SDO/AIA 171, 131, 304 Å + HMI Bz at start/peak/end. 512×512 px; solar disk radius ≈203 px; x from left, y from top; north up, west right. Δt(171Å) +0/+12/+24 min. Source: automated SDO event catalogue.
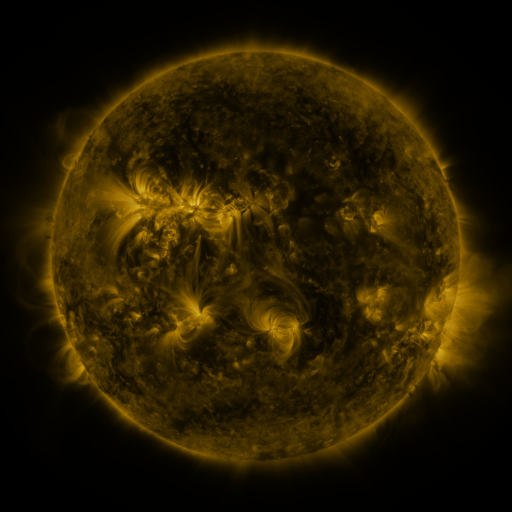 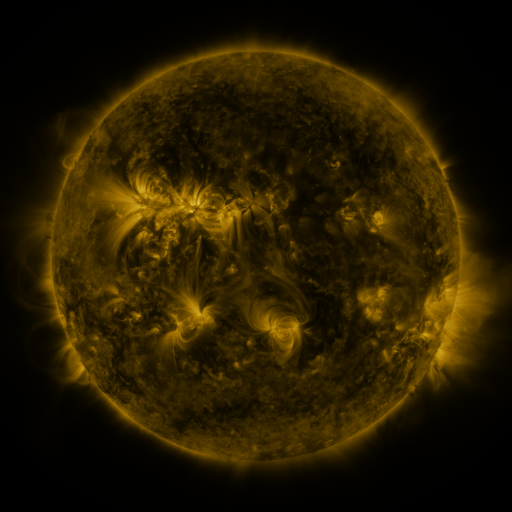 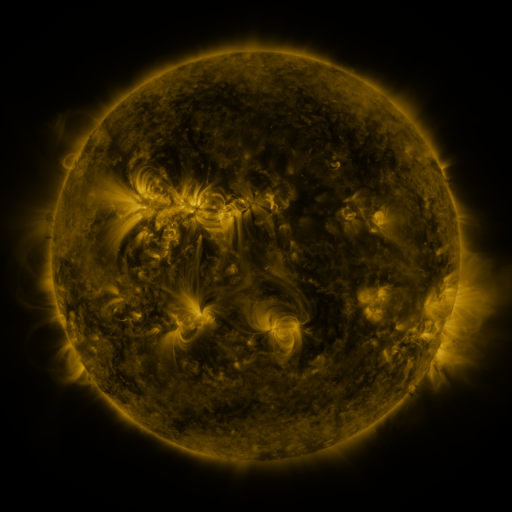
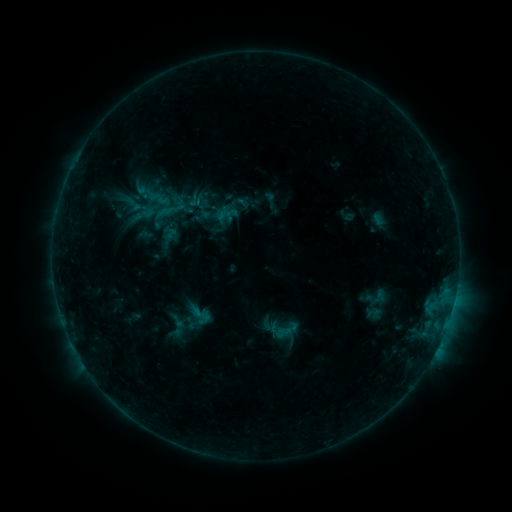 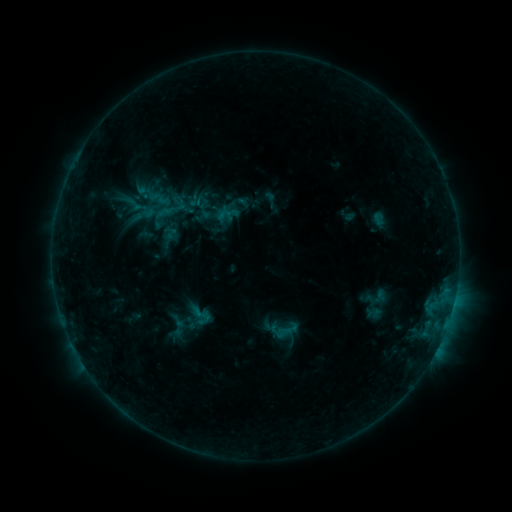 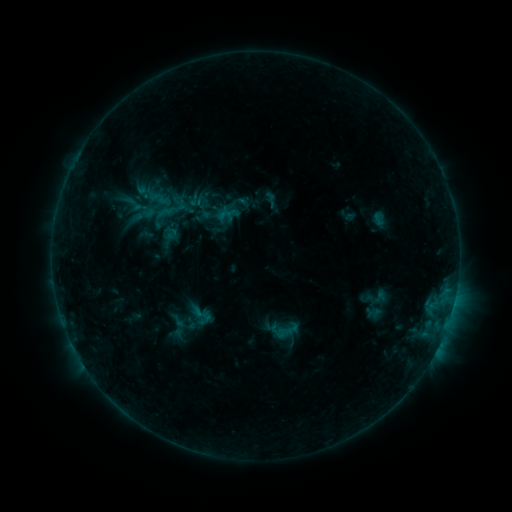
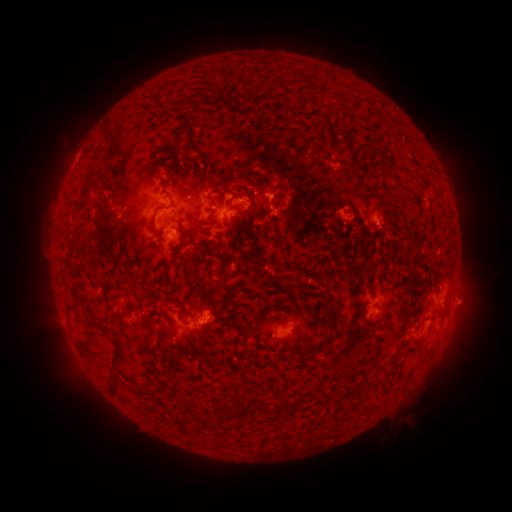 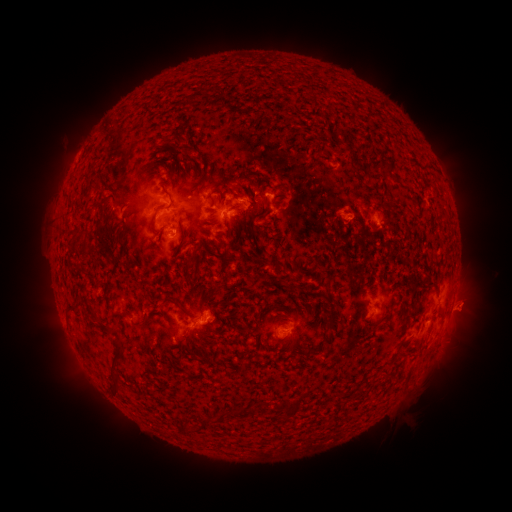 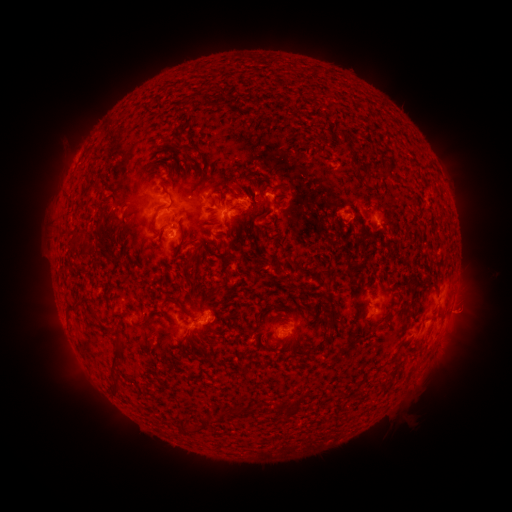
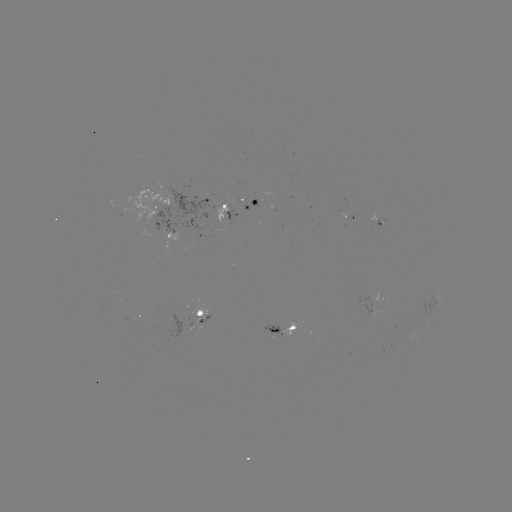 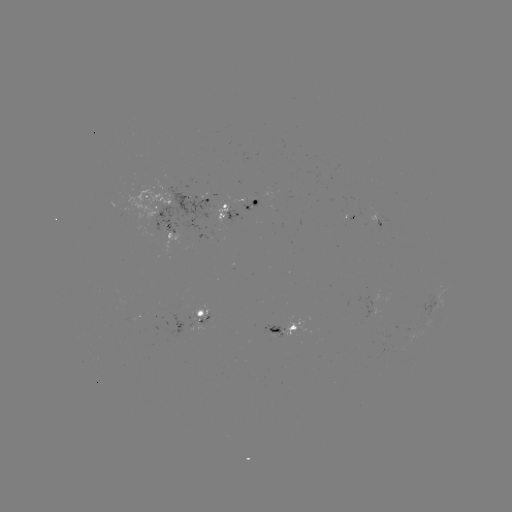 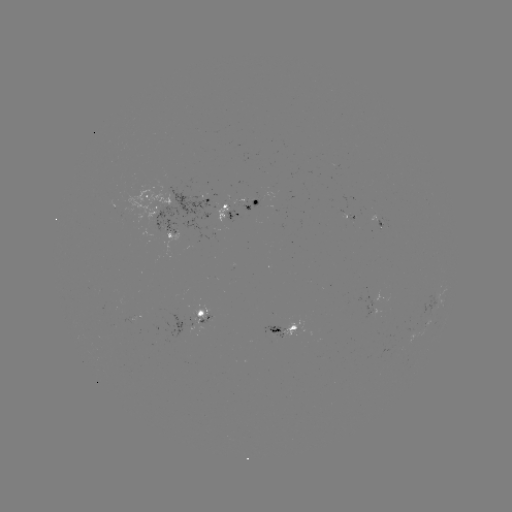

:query eruption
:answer (468, 311)